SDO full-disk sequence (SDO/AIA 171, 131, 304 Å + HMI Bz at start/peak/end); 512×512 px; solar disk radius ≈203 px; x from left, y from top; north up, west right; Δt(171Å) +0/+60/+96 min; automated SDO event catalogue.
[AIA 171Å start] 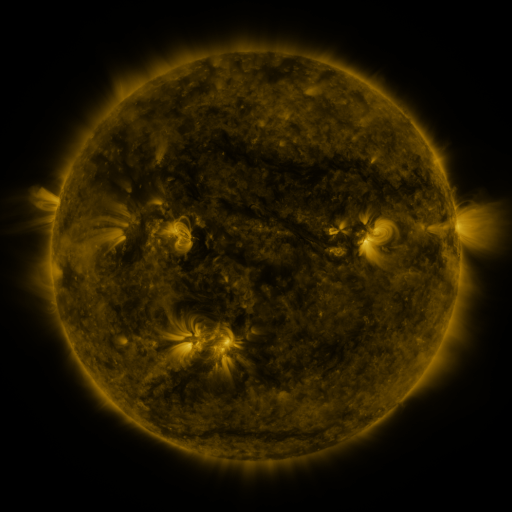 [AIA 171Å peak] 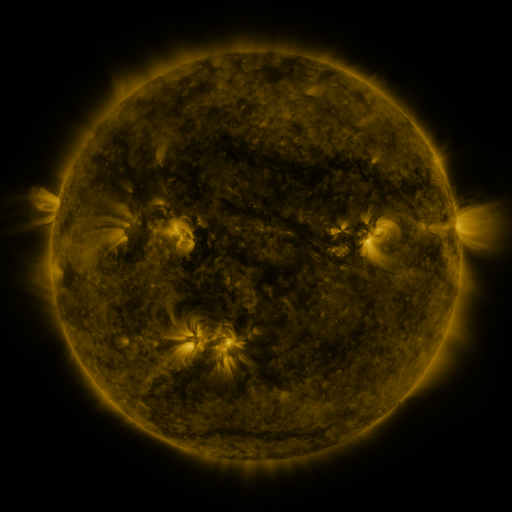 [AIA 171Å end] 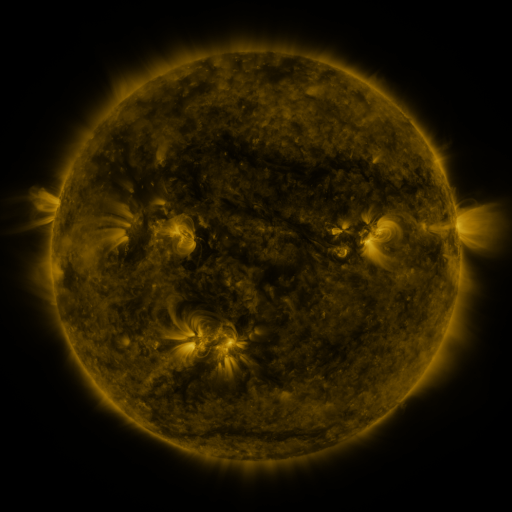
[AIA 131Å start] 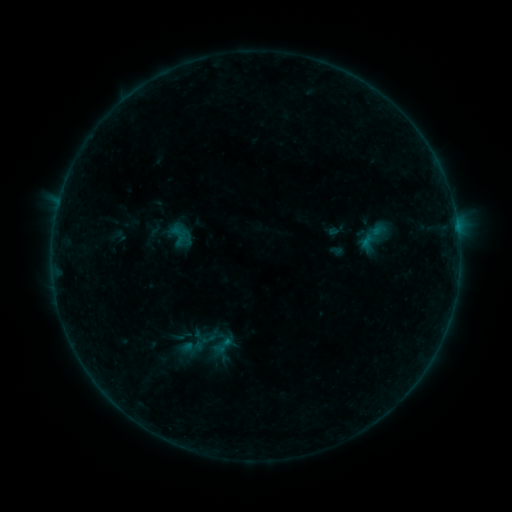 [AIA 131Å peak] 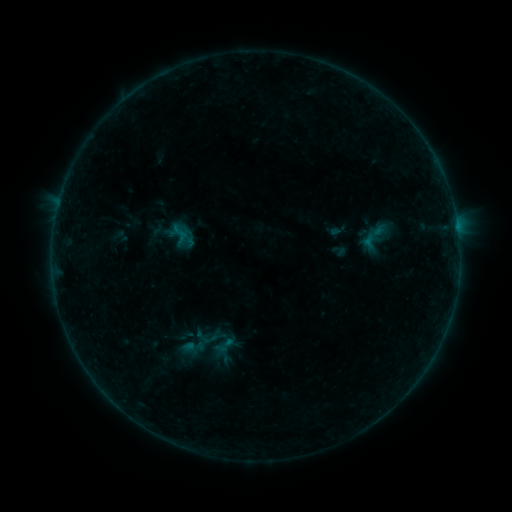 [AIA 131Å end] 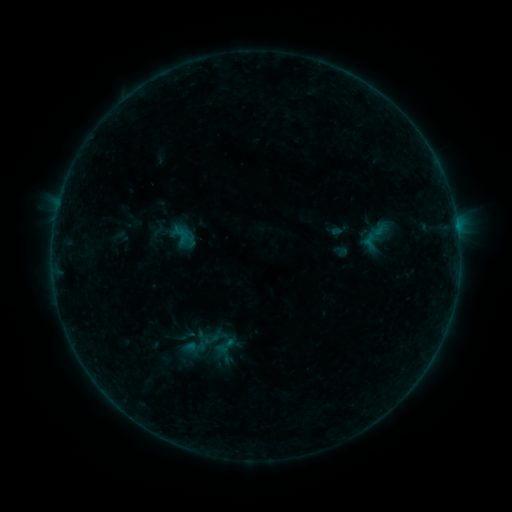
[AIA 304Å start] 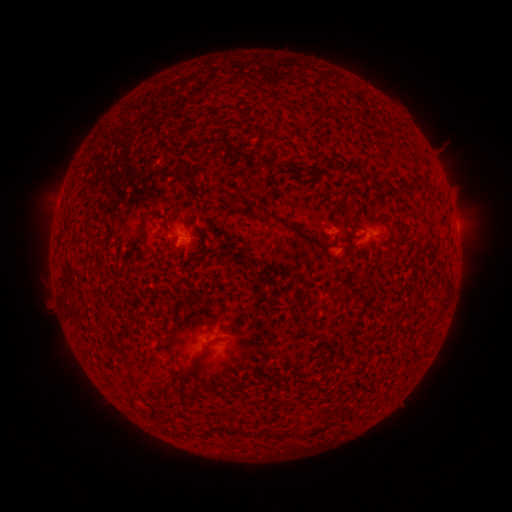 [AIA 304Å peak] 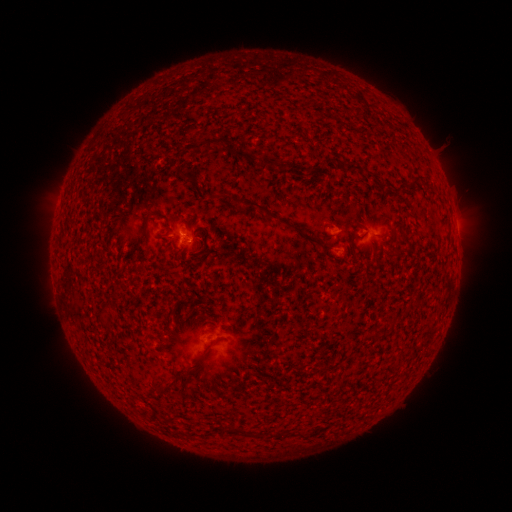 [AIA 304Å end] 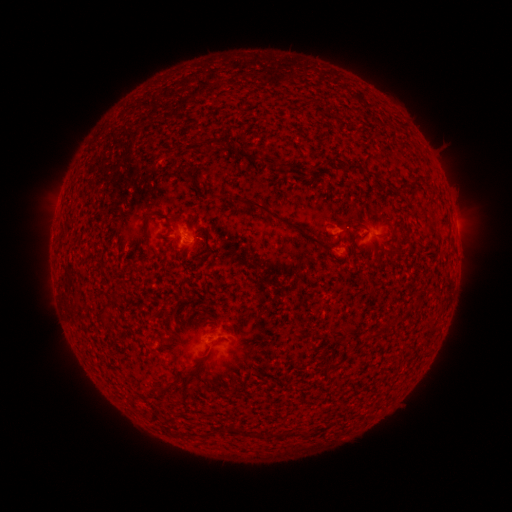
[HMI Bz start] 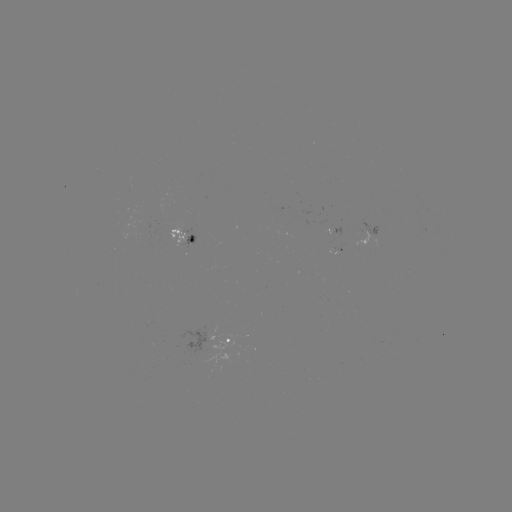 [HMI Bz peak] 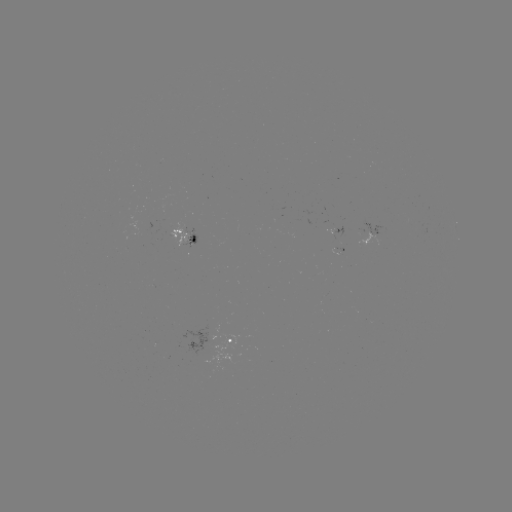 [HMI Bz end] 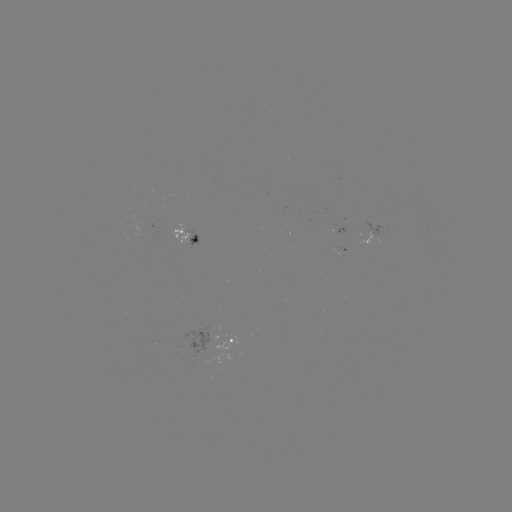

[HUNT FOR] emerging-flux region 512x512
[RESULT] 309,92